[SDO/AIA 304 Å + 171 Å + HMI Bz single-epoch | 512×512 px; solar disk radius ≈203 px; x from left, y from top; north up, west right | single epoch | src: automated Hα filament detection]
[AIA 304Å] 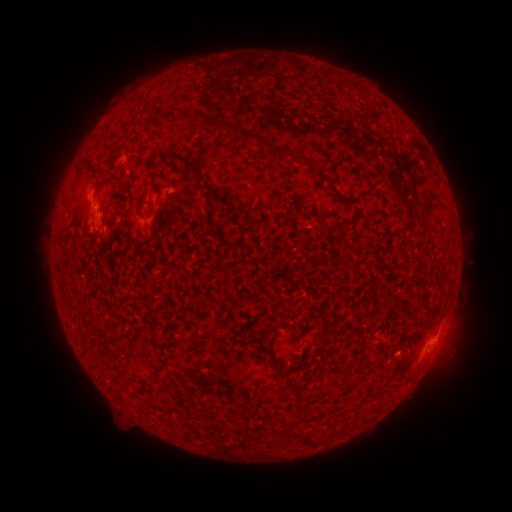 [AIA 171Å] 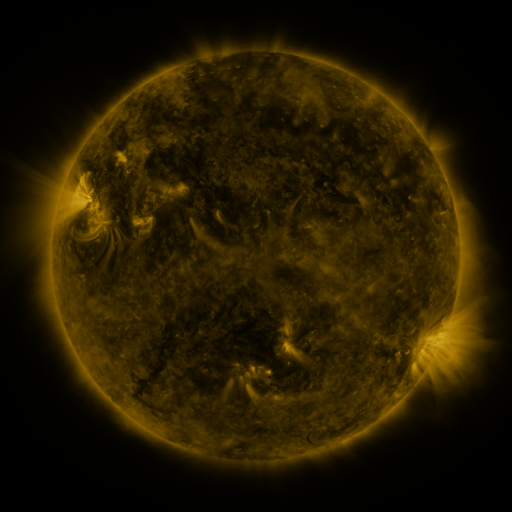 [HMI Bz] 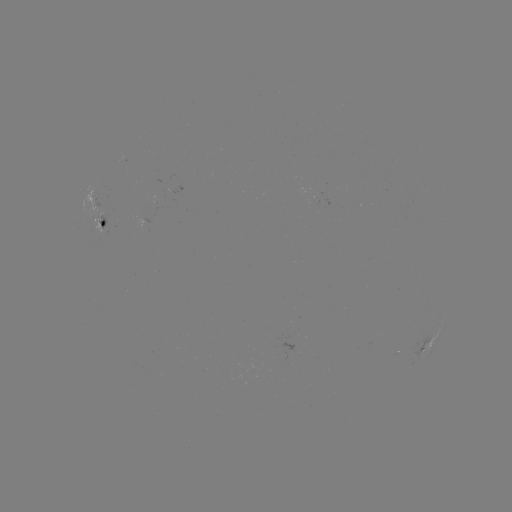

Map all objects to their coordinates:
filament: (138, 101)
filament: (233, 128)
filament: (147, 161)
filament: (309, 161)
filament: (113, 176)
filament: (200, 179)
filament: (137, 207)
filament: (231, 211)
filament: (323, 337)
filament: (279, 371)
filament: (235, 415)
filament: (287, 433)
filament: (306, 438)
